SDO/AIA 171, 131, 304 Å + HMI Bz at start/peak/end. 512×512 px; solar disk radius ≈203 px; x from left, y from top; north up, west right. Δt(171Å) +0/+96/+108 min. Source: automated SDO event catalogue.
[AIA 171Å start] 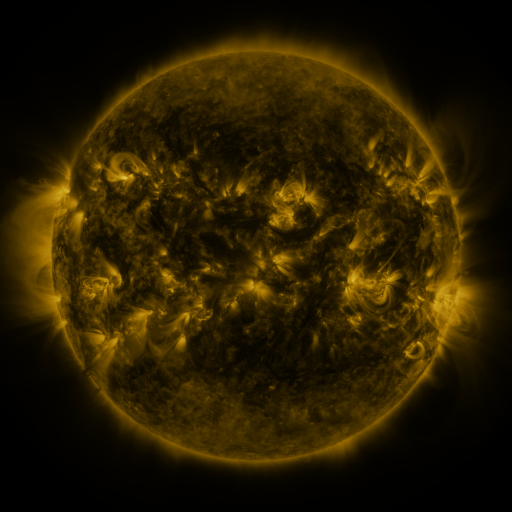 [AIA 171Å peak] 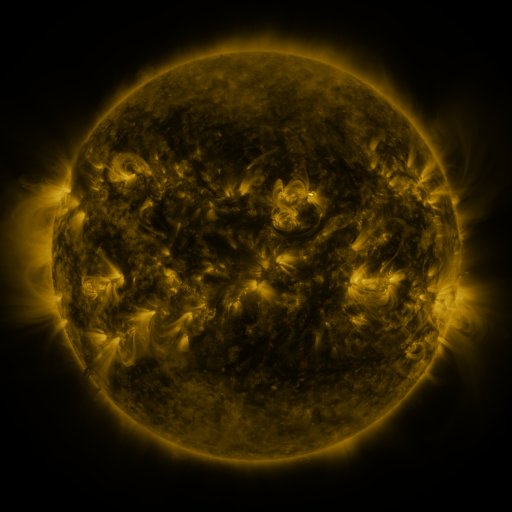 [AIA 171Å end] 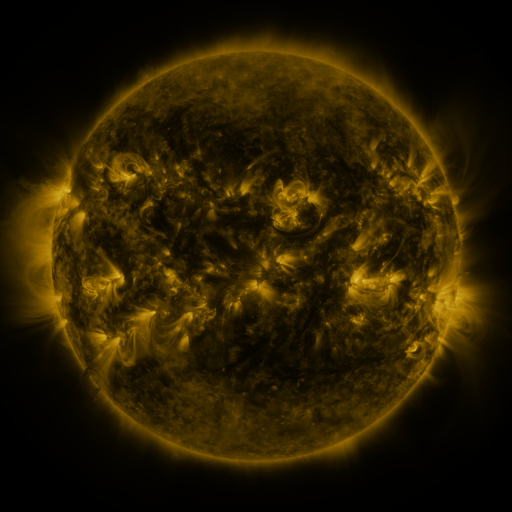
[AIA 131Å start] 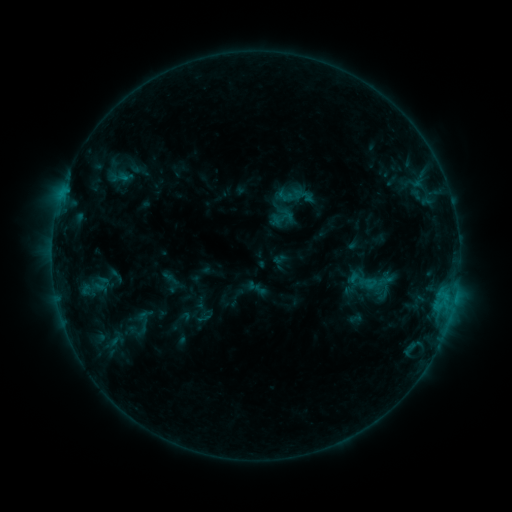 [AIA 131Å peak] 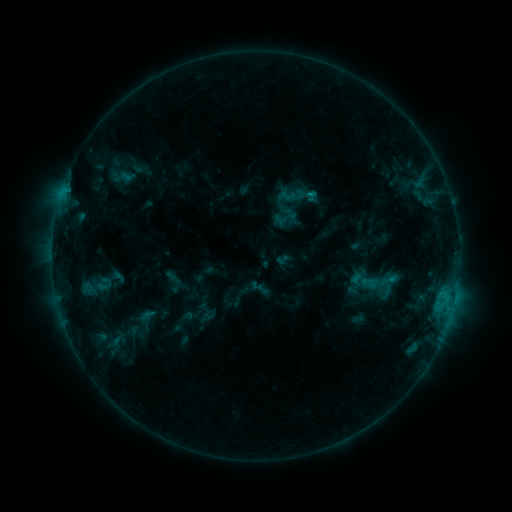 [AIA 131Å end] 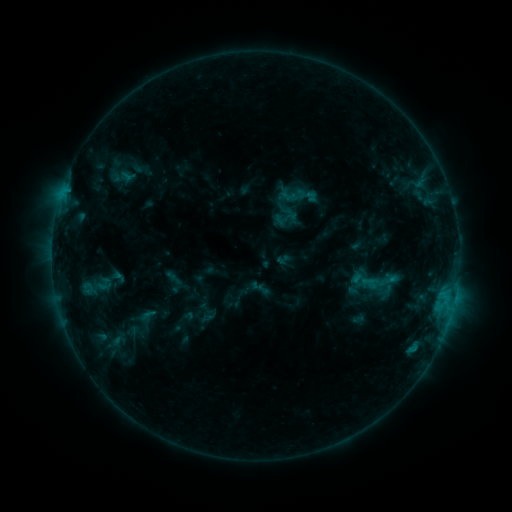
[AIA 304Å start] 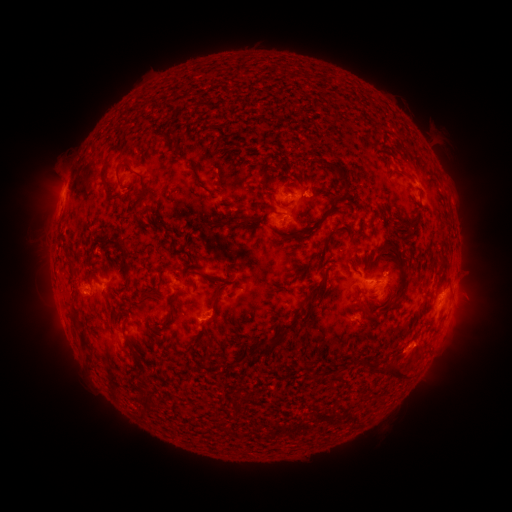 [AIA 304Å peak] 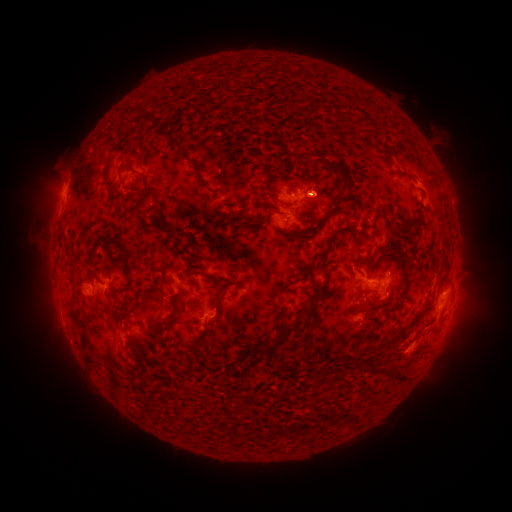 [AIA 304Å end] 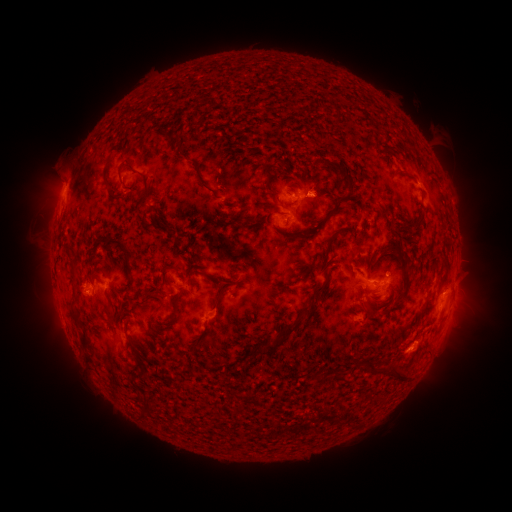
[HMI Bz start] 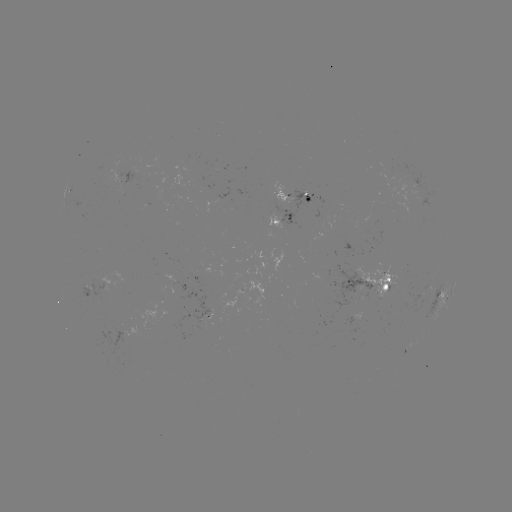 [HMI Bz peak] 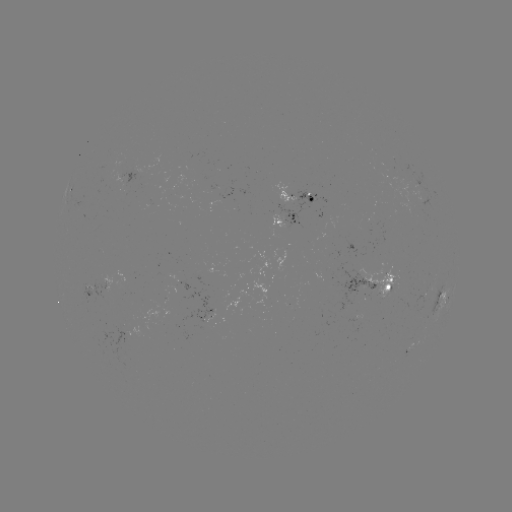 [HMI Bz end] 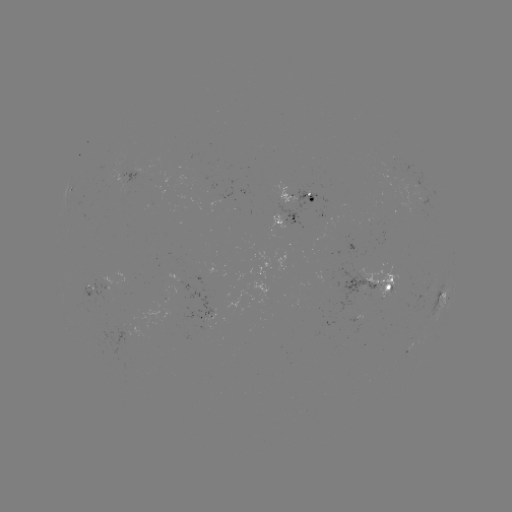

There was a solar emerging-flux region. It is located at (209, 309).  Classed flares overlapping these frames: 1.